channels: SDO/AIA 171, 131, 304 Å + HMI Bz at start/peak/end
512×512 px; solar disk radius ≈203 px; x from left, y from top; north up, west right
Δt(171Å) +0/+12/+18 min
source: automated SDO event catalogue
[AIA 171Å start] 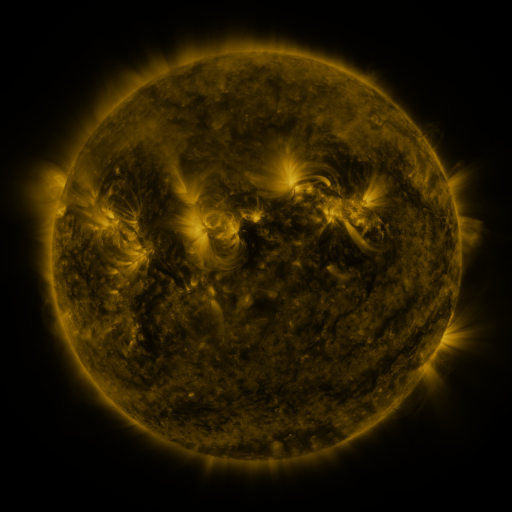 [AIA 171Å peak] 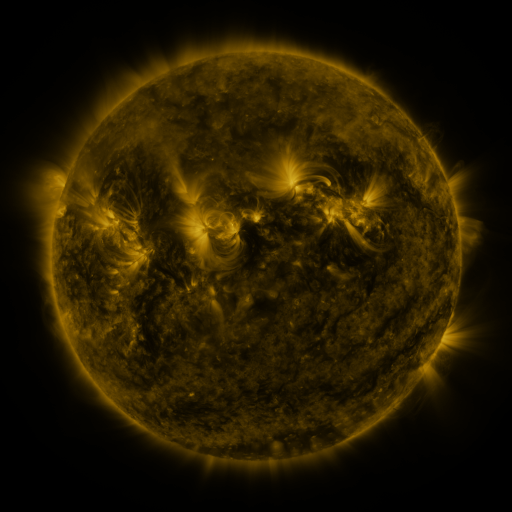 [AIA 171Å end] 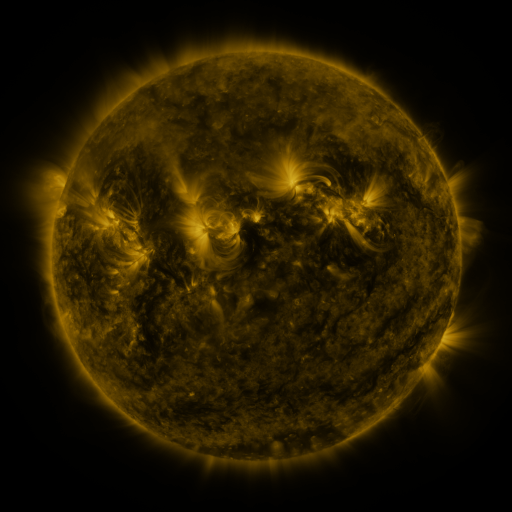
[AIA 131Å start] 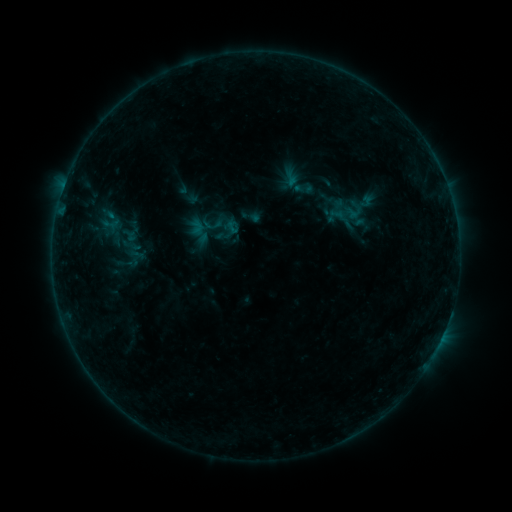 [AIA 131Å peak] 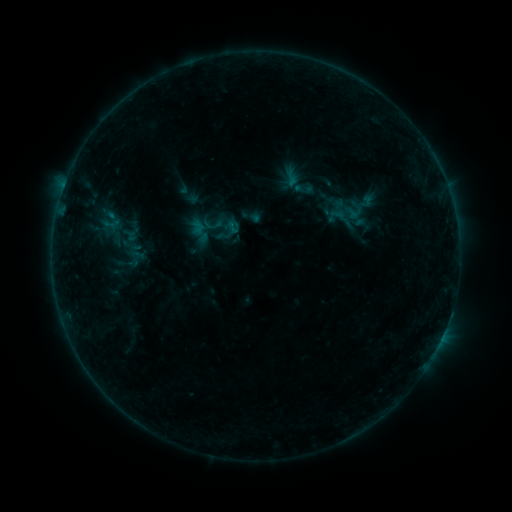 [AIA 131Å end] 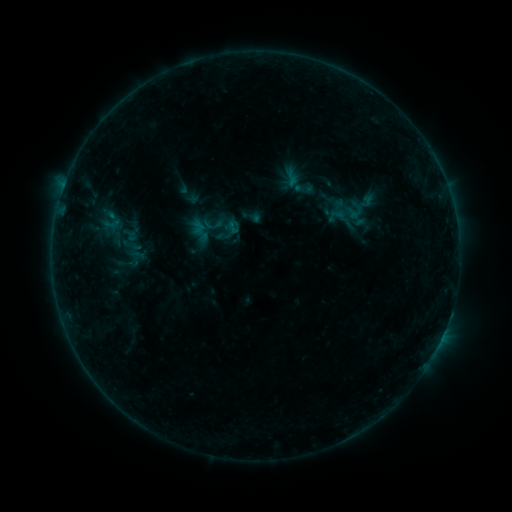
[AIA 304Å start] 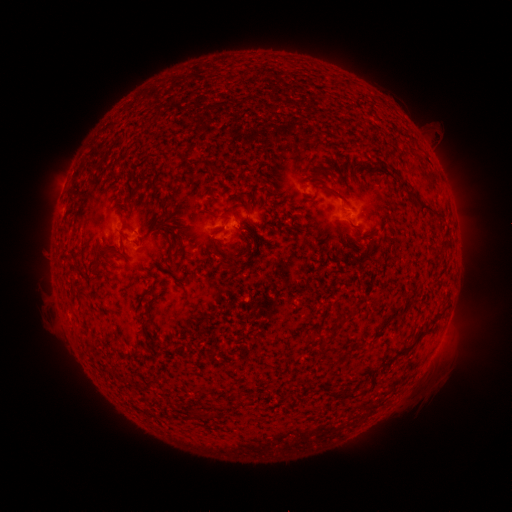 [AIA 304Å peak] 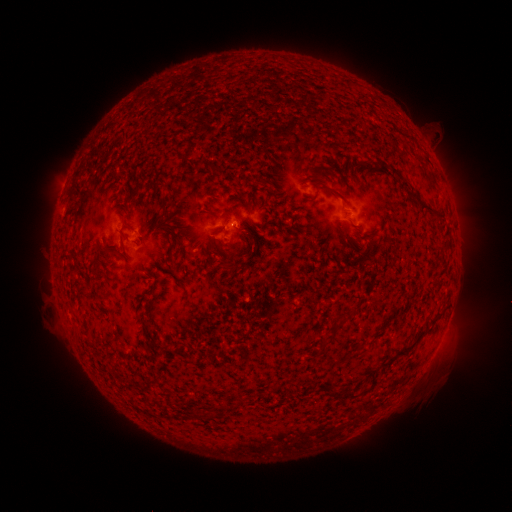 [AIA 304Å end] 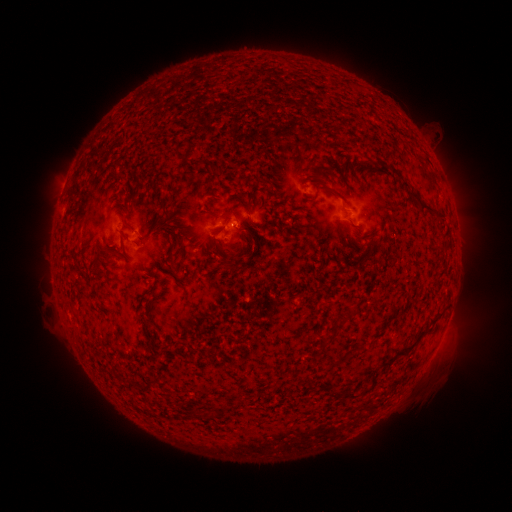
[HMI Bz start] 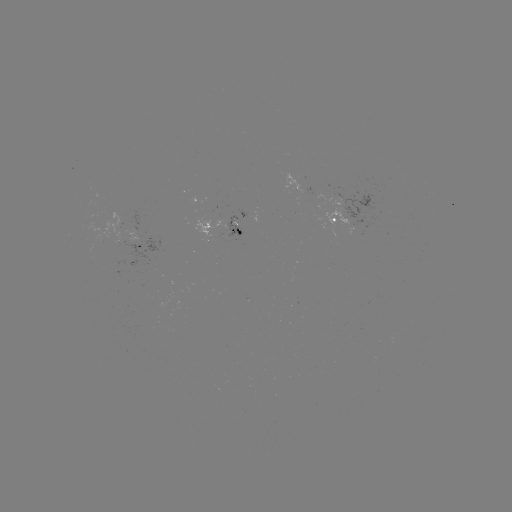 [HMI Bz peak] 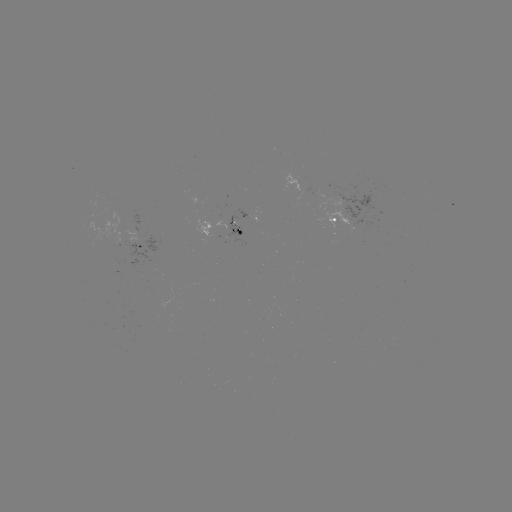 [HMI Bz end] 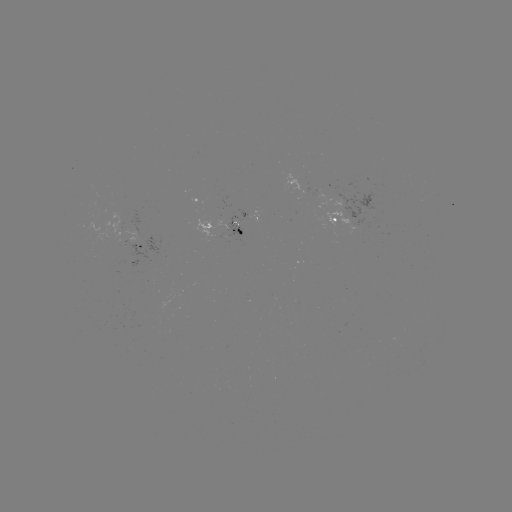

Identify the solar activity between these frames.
no catalogued flare and no flagged EUV brightening in this window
